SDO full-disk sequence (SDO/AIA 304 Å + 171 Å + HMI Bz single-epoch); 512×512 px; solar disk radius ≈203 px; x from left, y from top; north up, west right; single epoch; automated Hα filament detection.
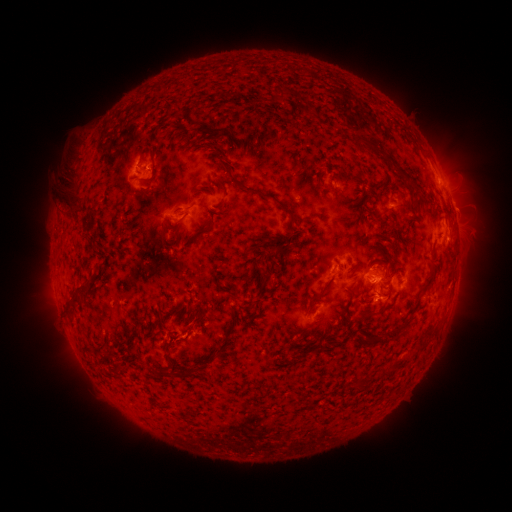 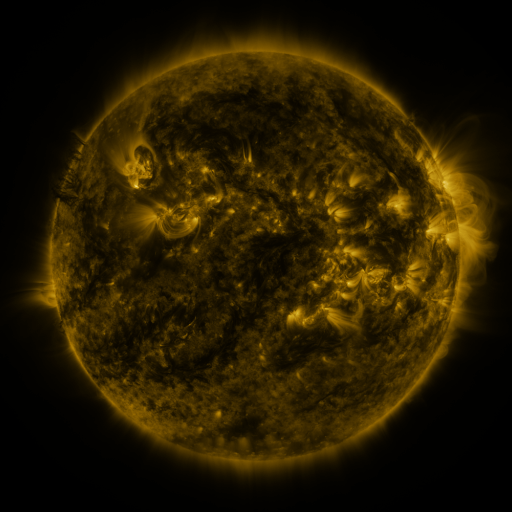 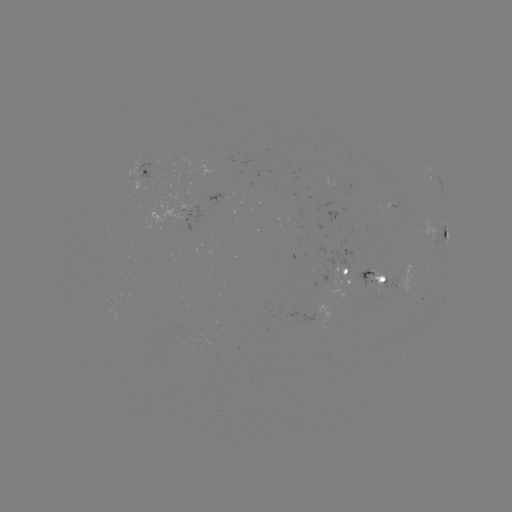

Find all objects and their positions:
filament: [271, 87, 289, 103]
filament: [353, 135, 366, 144]
filament: [367, 146, 377, 157]
filament: [149, 161, 158, 181]
filament: [222, 164, 299, 229]
filament: [64, 181, 84, 210]
filament: [398, 203, 408, 219]
filament: [367, 210, 376, 223]
filament: [175, 215, 186, 225]
filament: [202, 218, 213, 234]
filament: [88, 235, 94, 247]
filament: [380, 239, 392, 247]
filament: [275, 243, 290, 255]
filament: [419, 264, 438, 293]
filament: [262, 276, 271, 284]
filament: [76, 283, 90, 293]
filament: [376, 285, 393, 299]
filament: [309, 292, 323, 302]
filament: [67, 294, 82, 308]
filament: [370, 318, 412, 344]
filament: [113, 361, 121, 371]
filament: [176, 367, 190, 379]
filament: [158, 368, 173, 378]
